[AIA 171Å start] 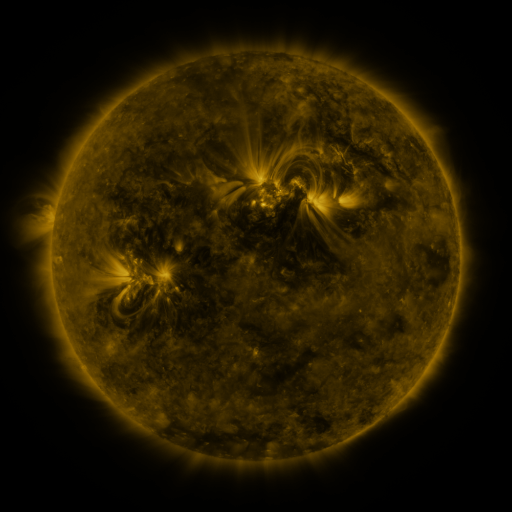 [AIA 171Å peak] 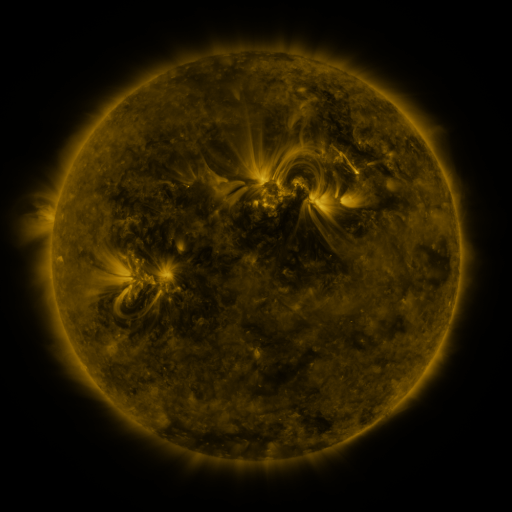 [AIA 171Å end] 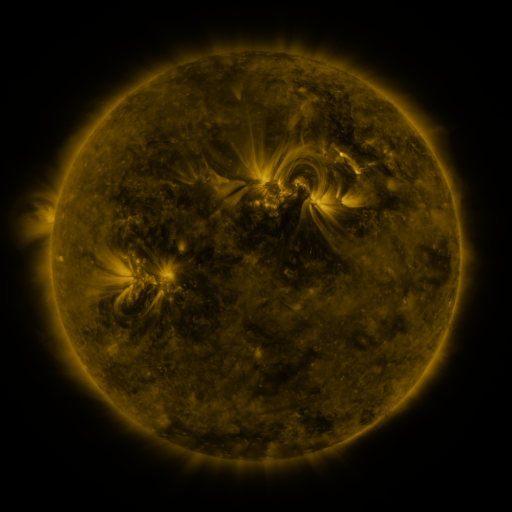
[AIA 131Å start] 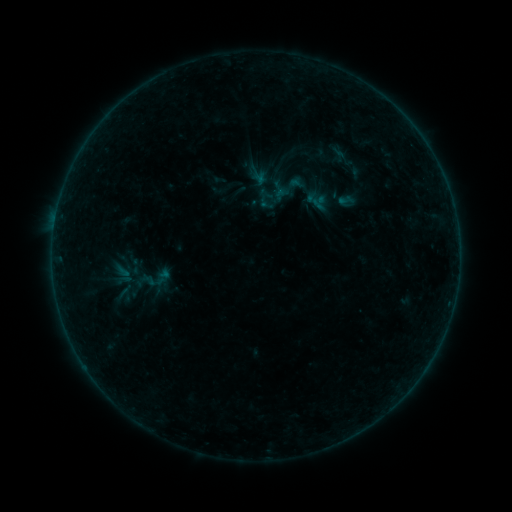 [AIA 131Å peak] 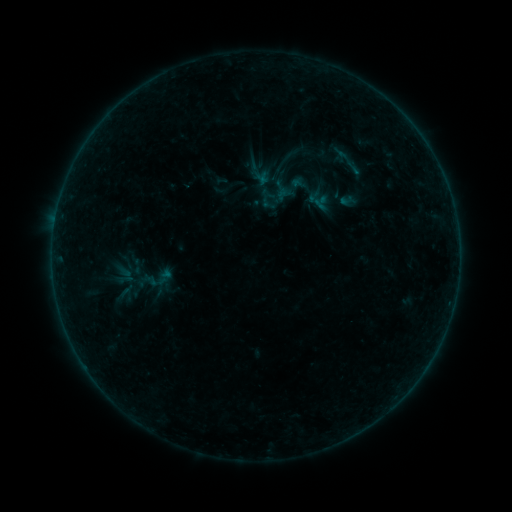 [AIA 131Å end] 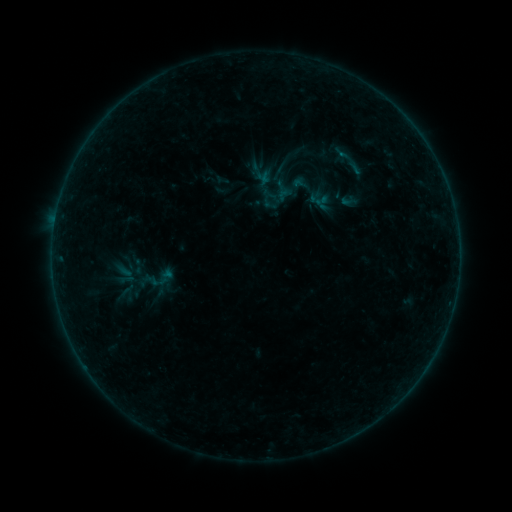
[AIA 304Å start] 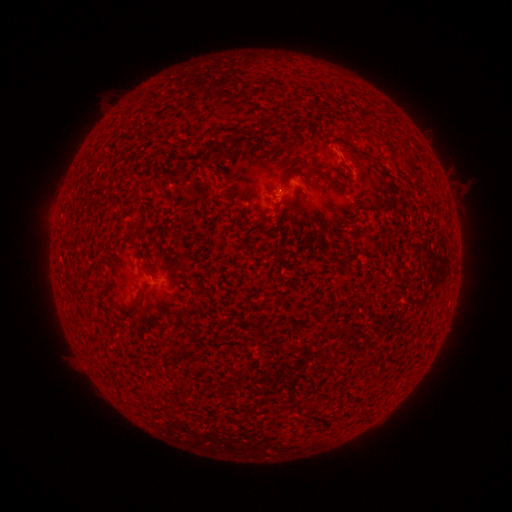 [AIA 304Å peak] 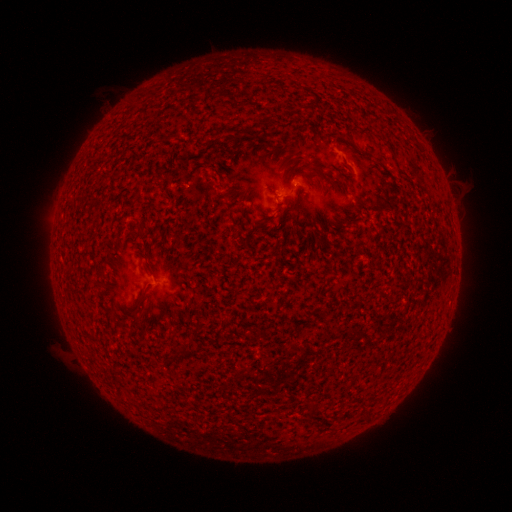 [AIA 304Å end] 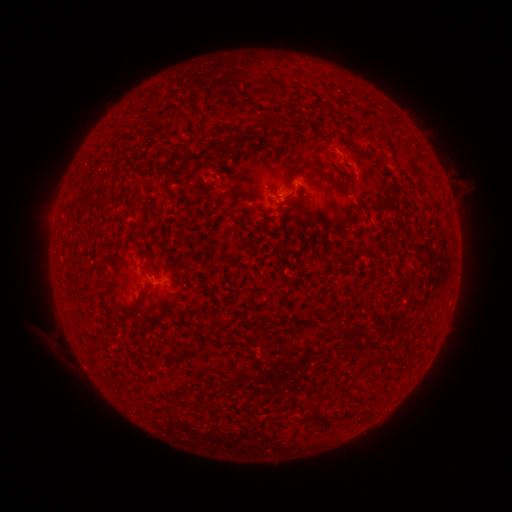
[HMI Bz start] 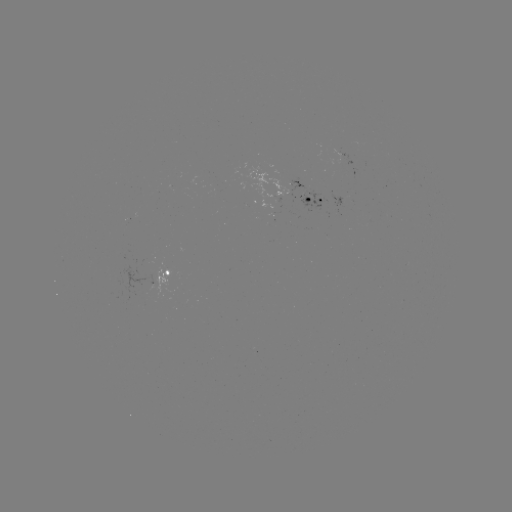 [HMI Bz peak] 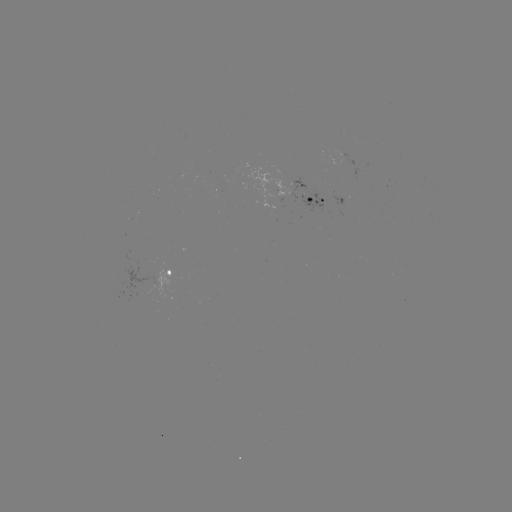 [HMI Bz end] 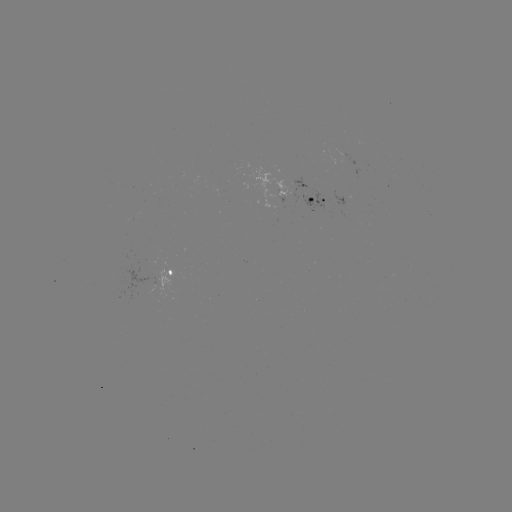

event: emerging-flux region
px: (345, 158)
